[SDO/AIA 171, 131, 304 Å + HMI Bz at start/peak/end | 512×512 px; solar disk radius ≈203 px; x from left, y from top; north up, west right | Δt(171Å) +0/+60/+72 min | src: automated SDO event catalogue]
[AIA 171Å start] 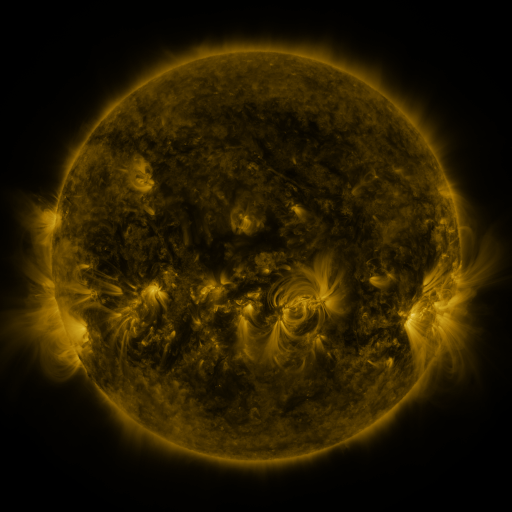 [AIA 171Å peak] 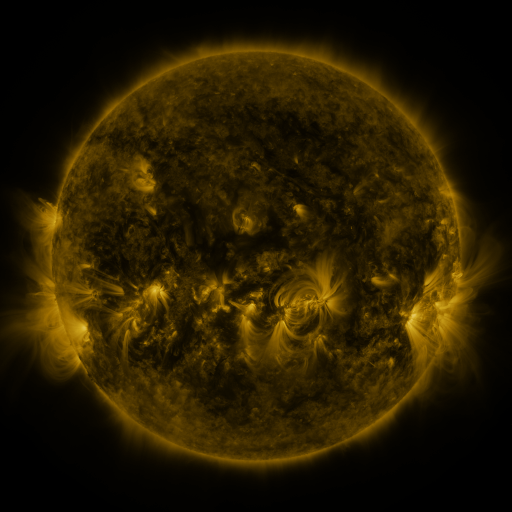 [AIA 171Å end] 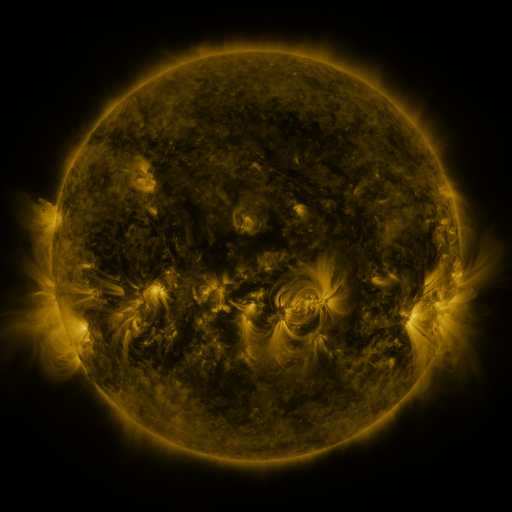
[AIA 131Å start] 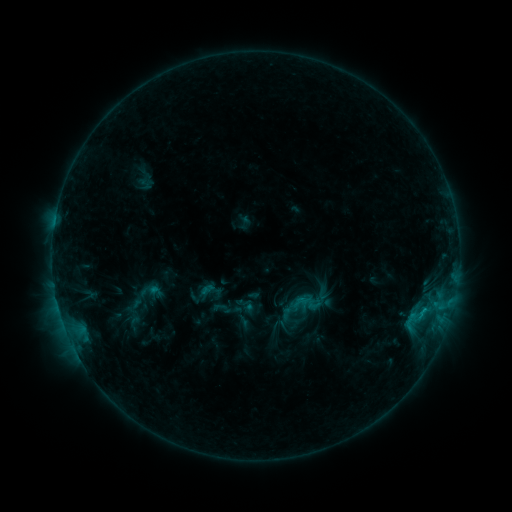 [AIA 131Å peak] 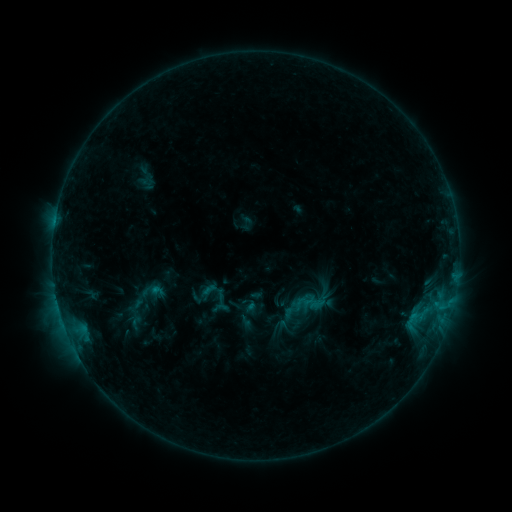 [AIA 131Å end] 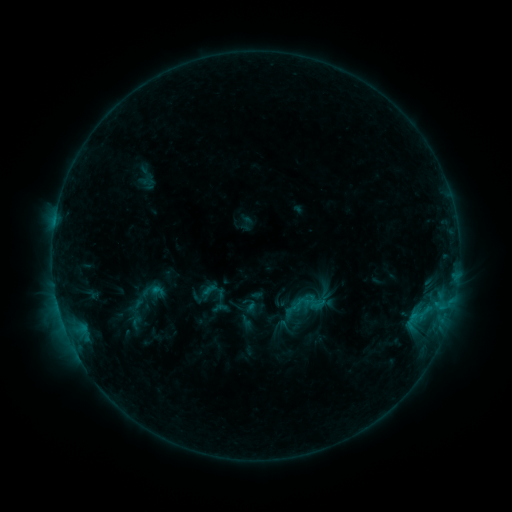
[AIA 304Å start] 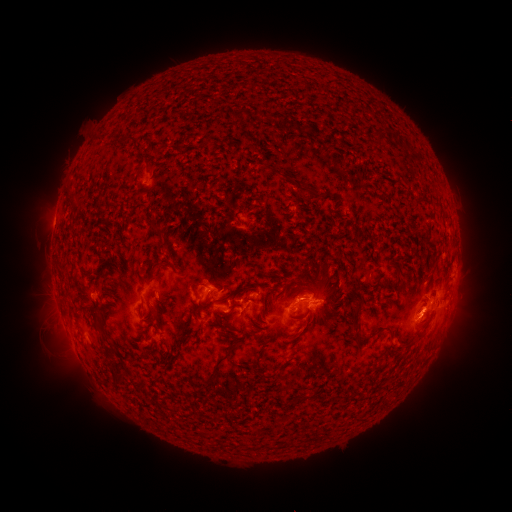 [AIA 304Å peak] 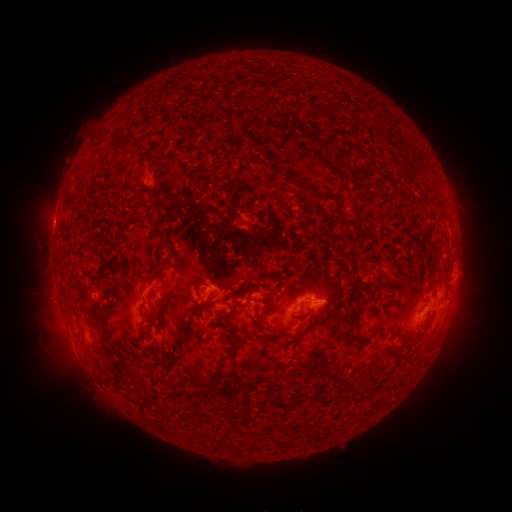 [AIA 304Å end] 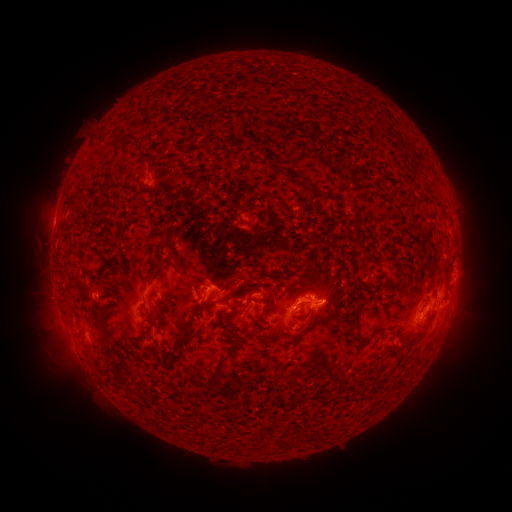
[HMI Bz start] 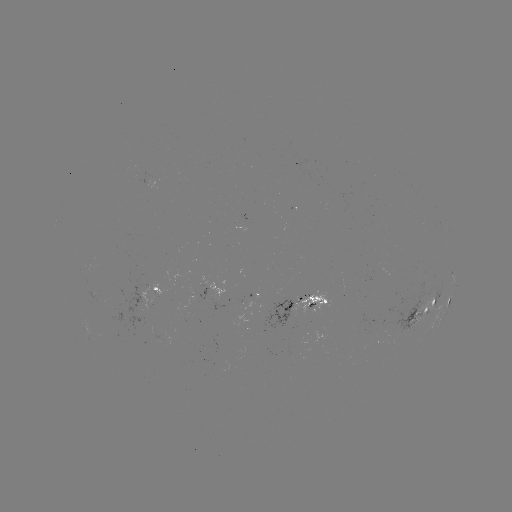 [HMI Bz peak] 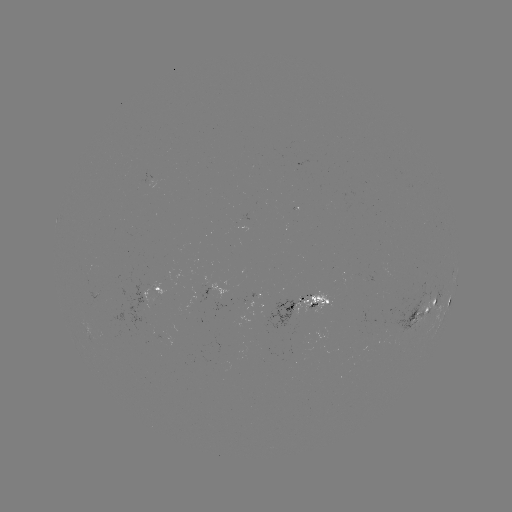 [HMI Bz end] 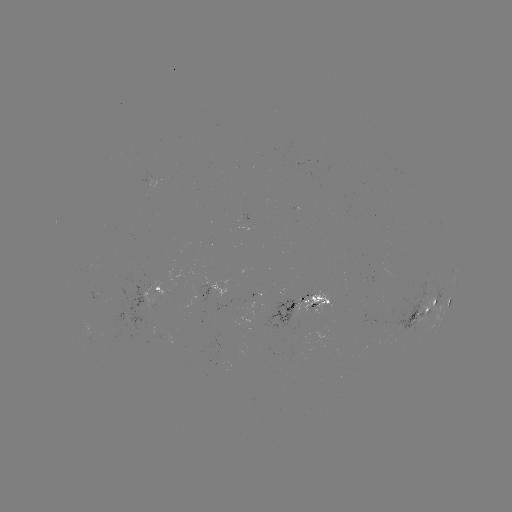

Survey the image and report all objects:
emerging-flux region: (398, 337)
